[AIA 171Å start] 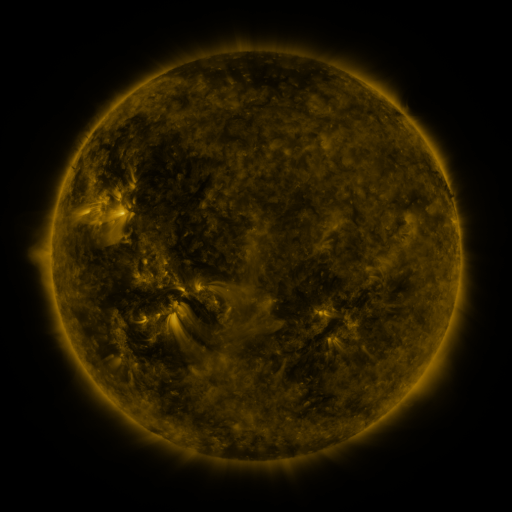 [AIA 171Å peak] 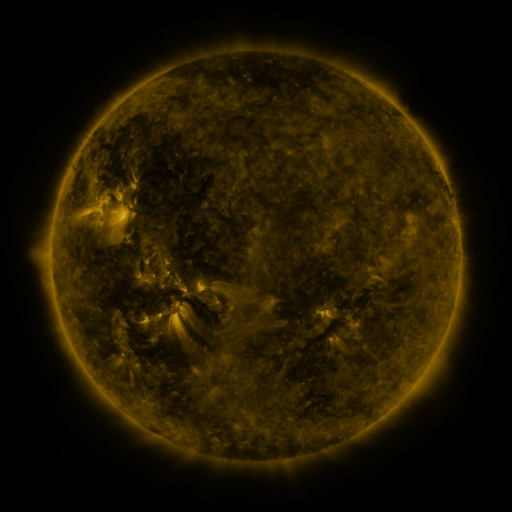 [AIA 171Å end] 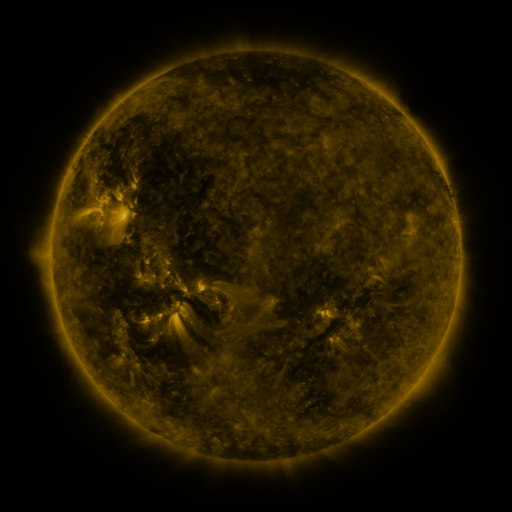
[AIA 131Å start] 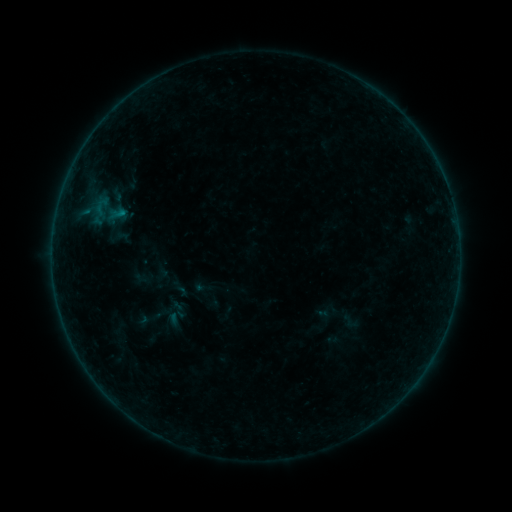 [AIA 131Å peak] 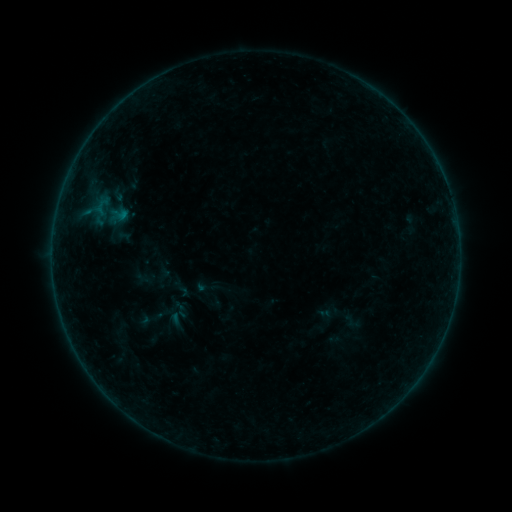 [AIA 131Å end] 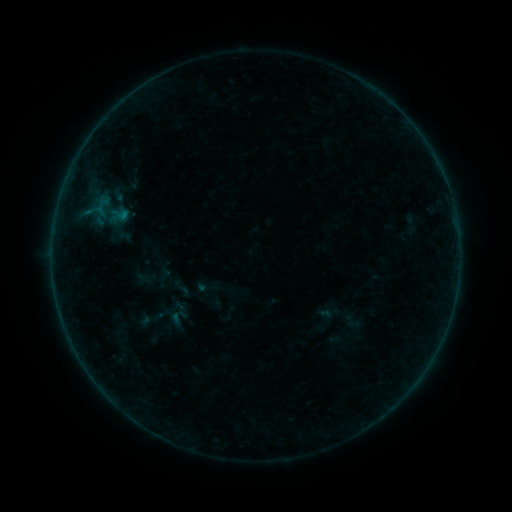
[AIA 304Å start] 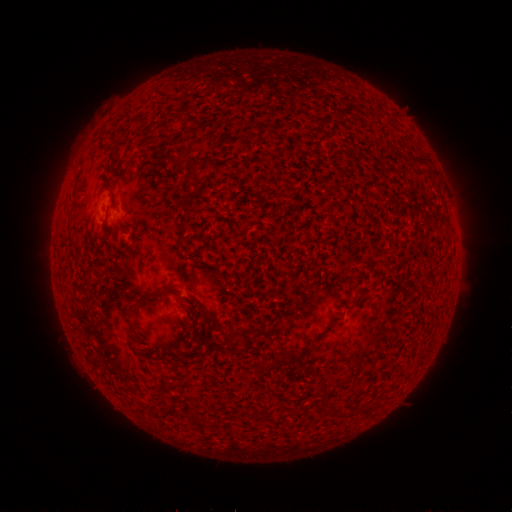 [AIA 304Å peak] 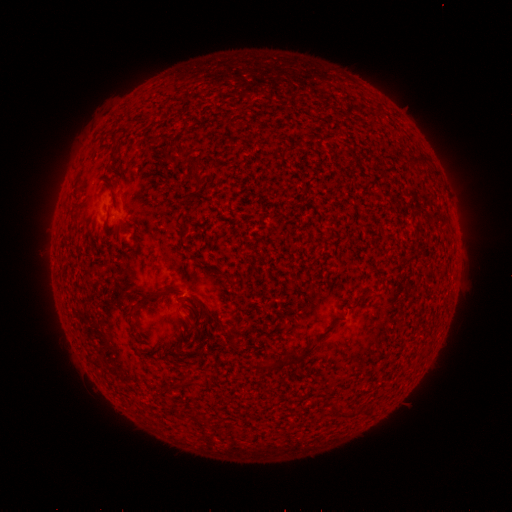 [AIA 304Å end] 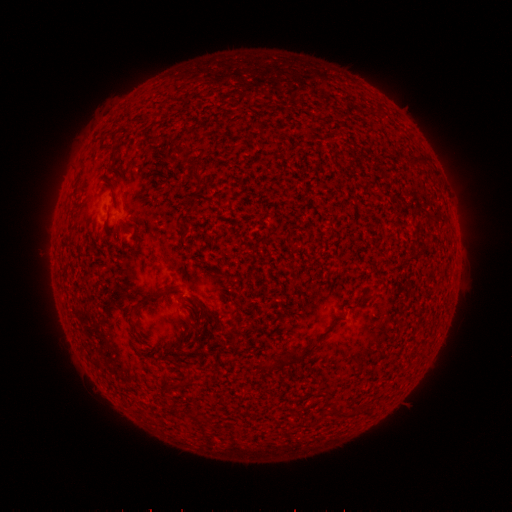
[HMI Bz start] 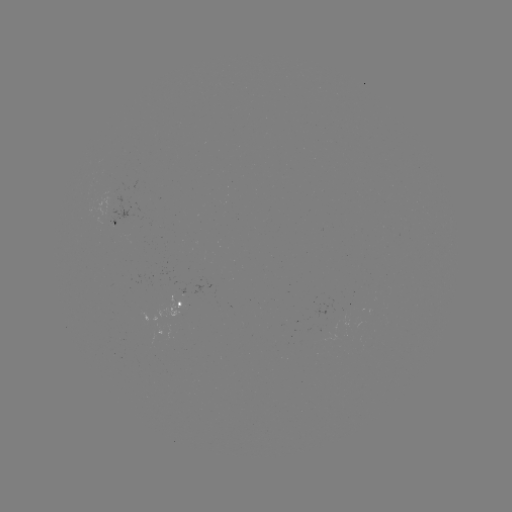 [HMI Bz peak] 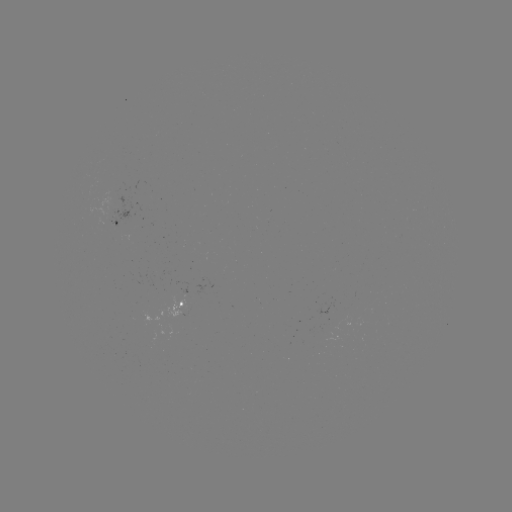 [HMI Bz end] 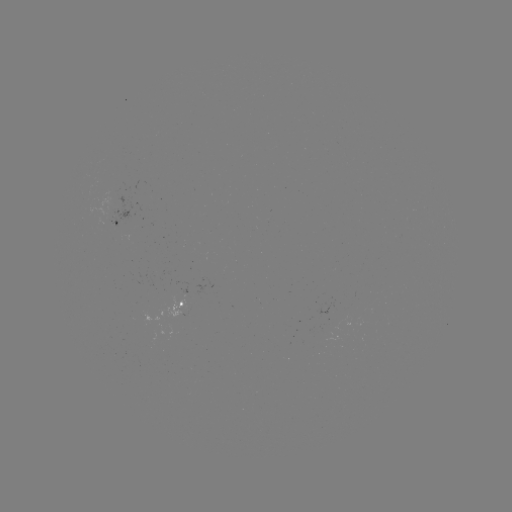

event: emerging-flux region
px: (114, 219)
